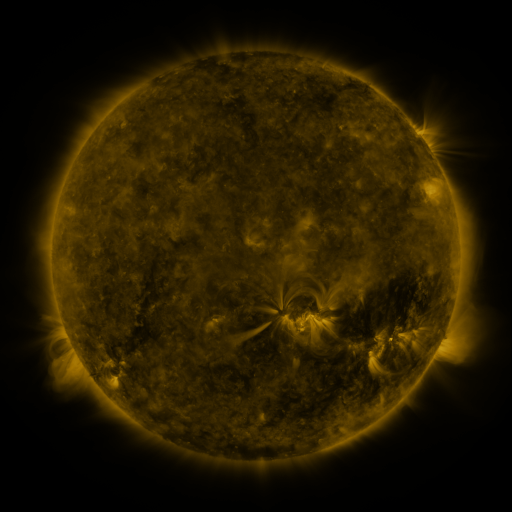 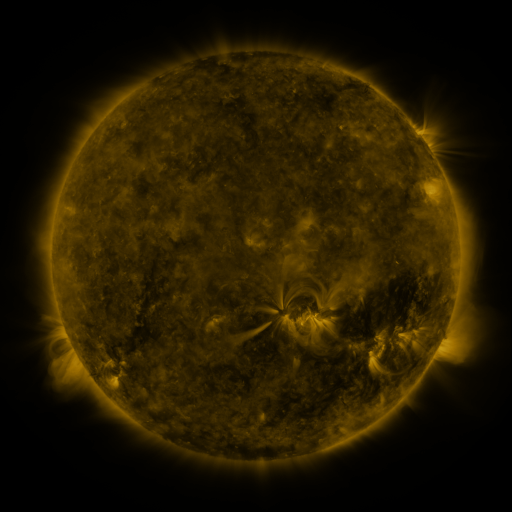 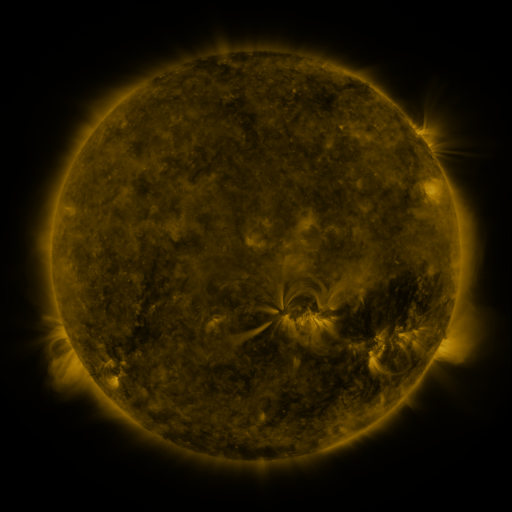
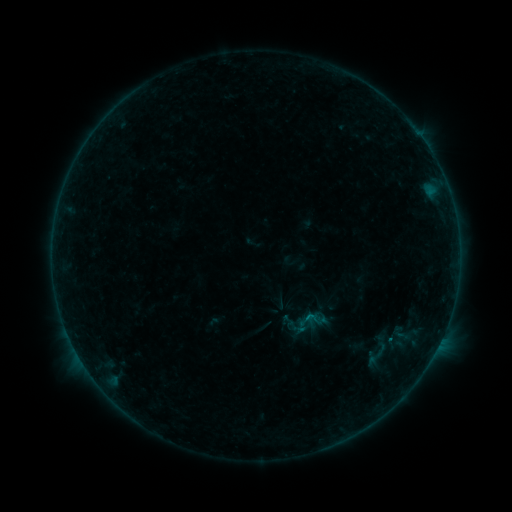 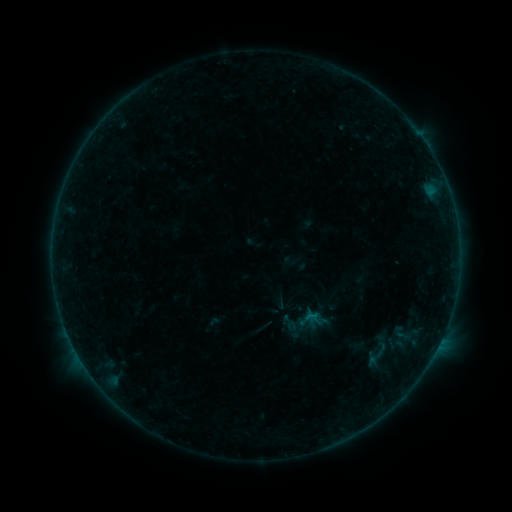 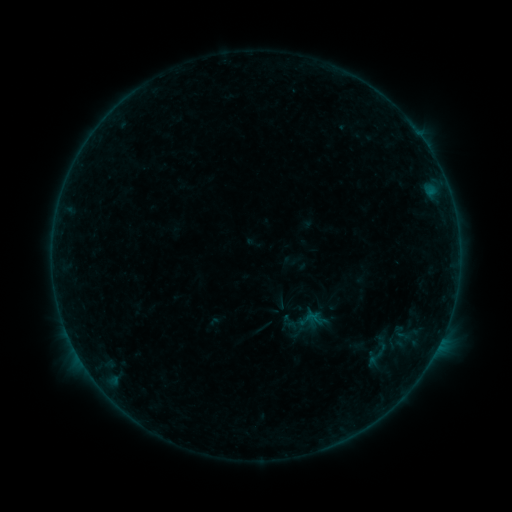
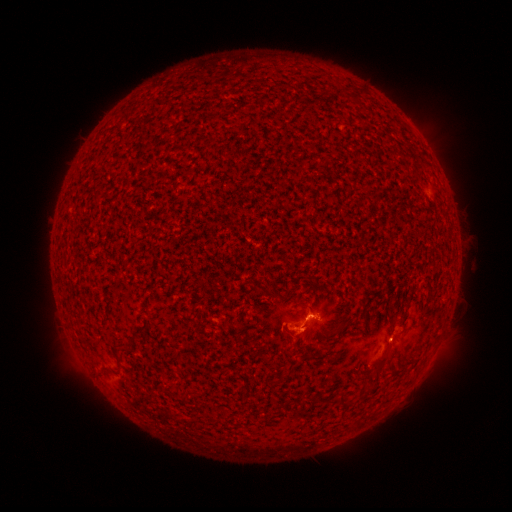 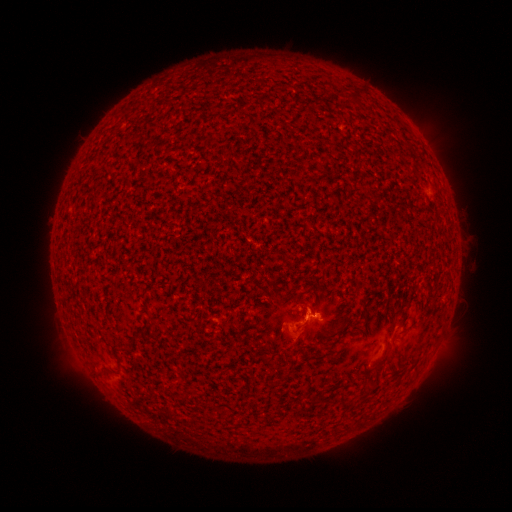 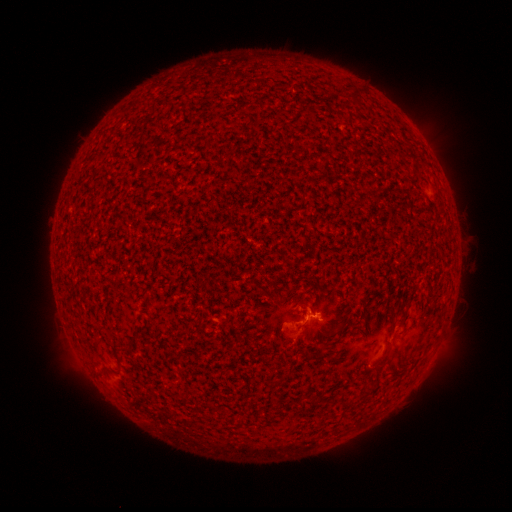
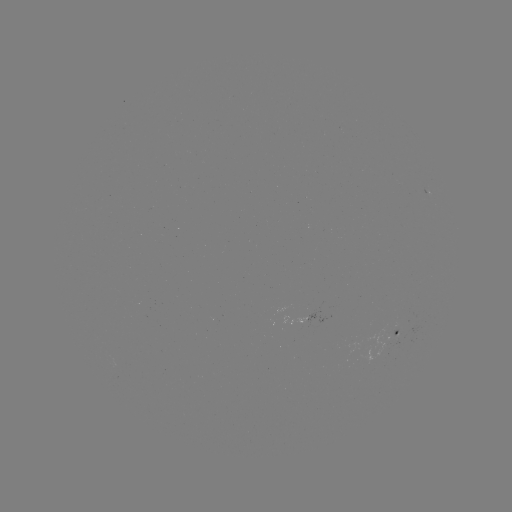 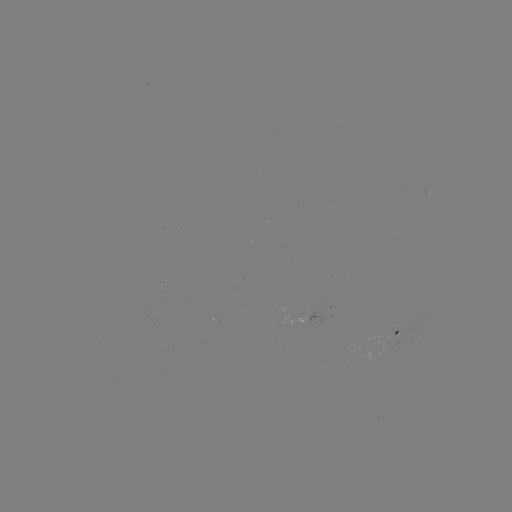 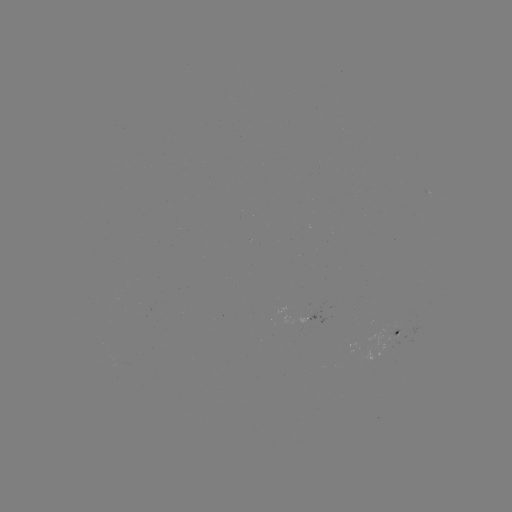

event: flare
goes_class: B2.7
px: (313, 314)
